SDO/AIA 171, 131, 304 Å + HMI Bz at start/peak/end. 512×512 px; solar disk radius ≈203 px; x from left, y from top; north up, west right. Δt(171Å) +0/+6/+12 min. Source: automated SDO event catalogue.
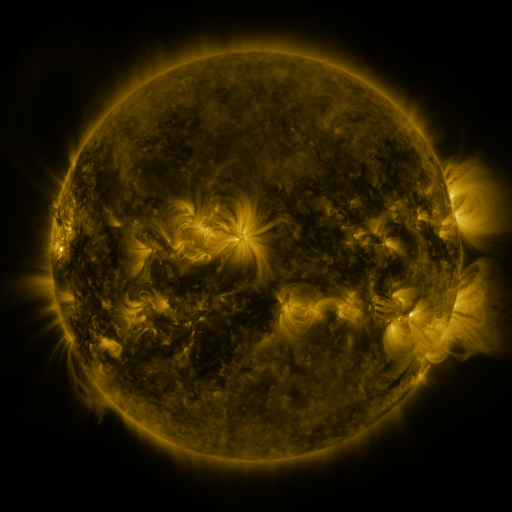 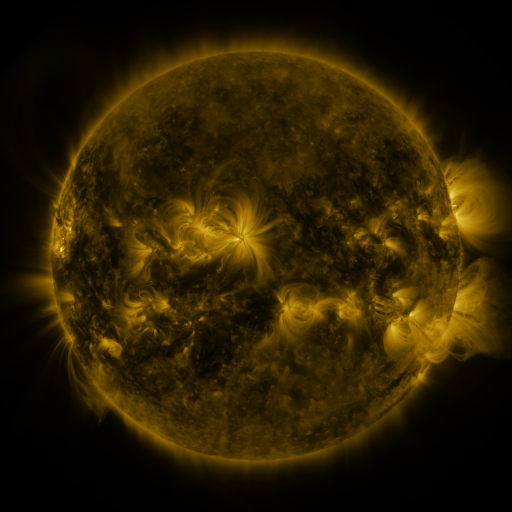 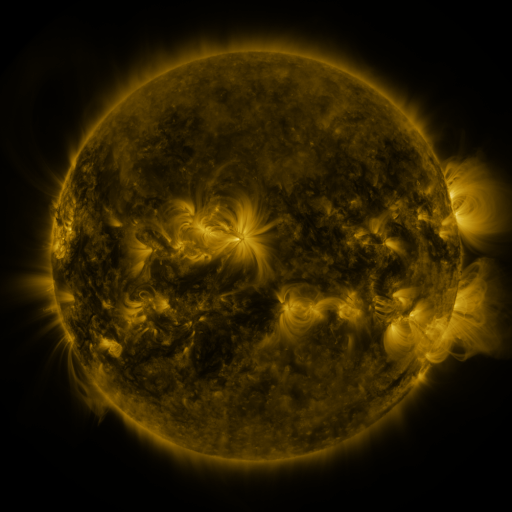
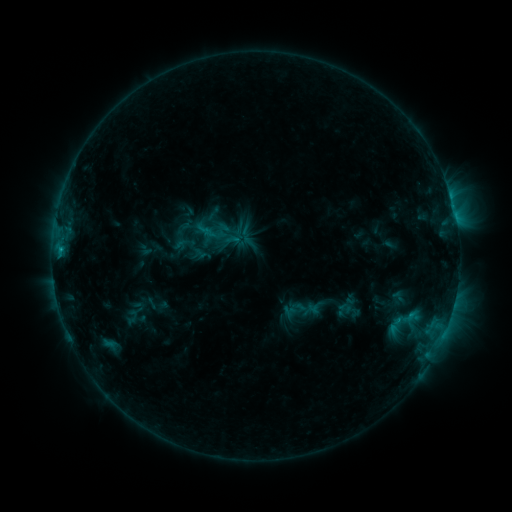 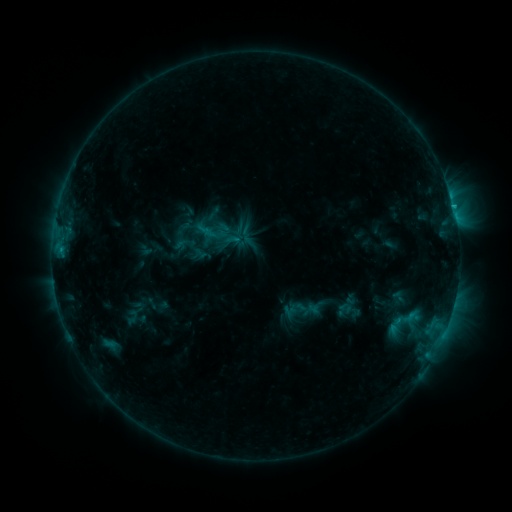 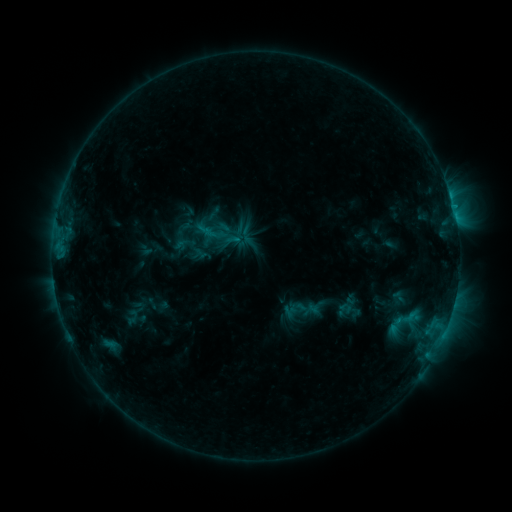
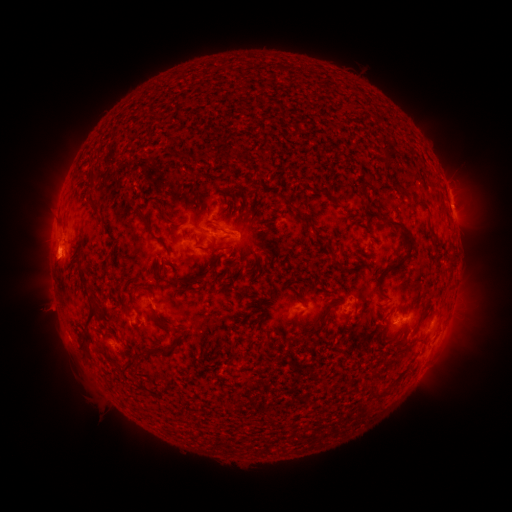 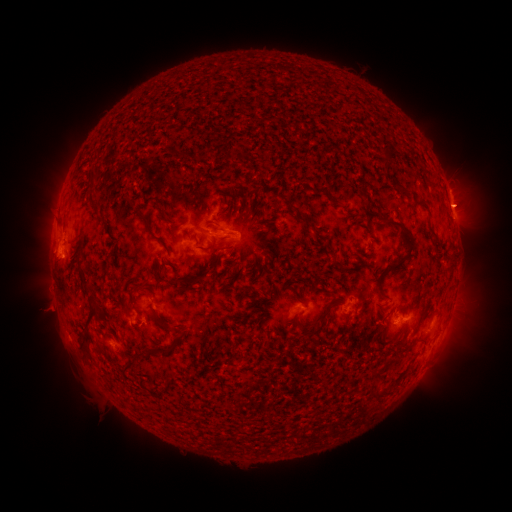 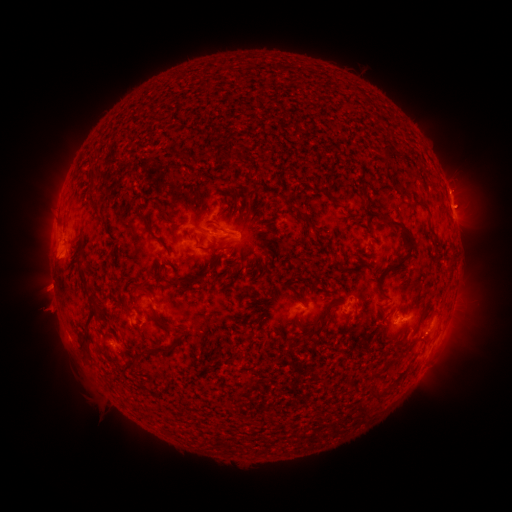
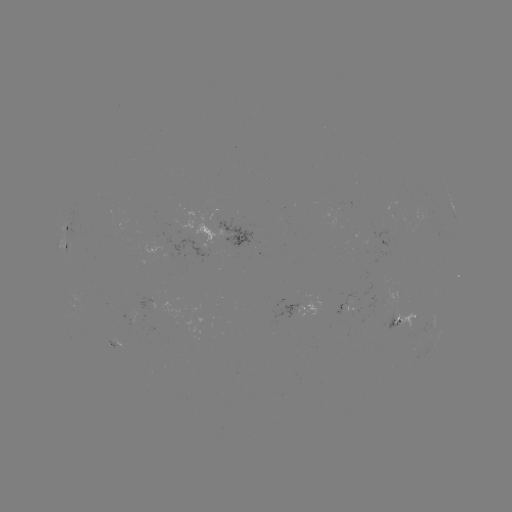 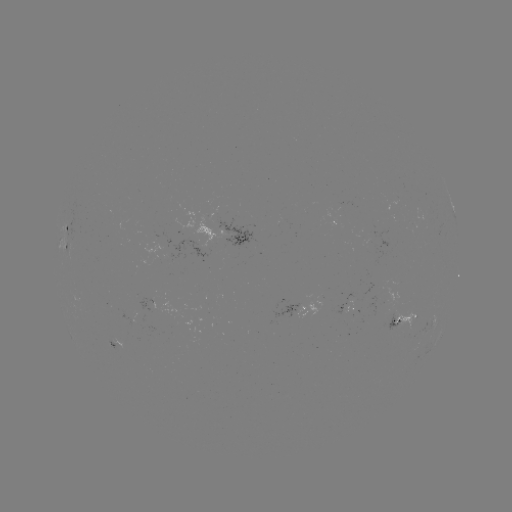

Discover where eruption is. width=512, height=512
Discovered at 465,206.